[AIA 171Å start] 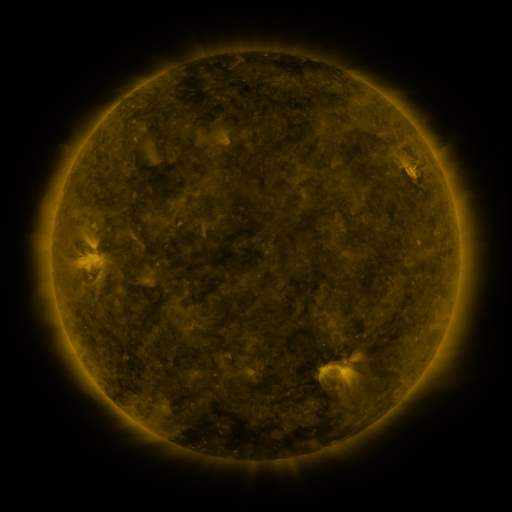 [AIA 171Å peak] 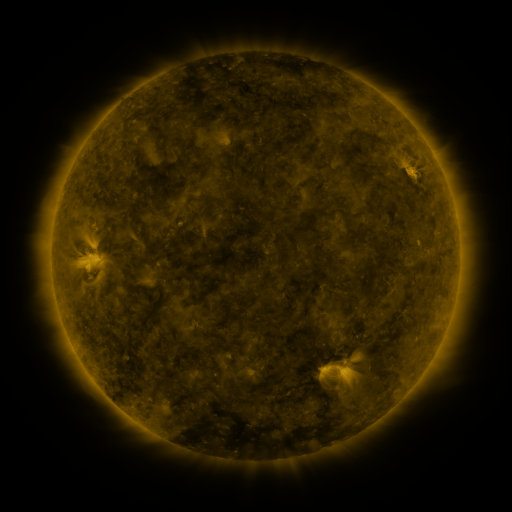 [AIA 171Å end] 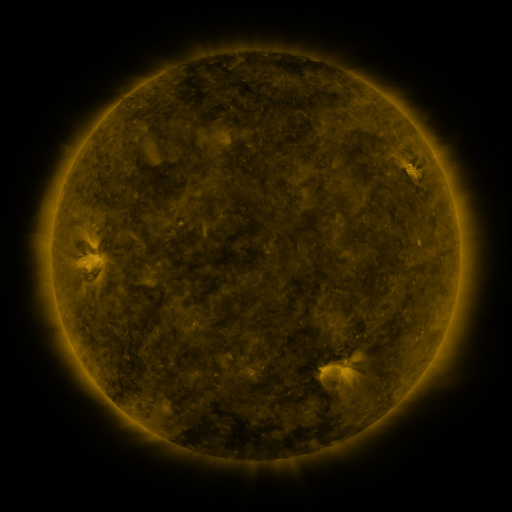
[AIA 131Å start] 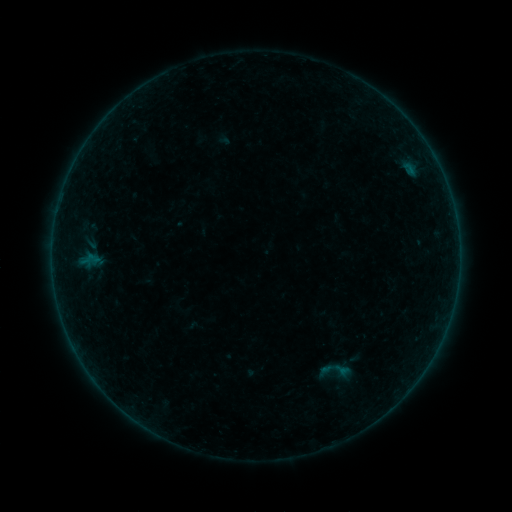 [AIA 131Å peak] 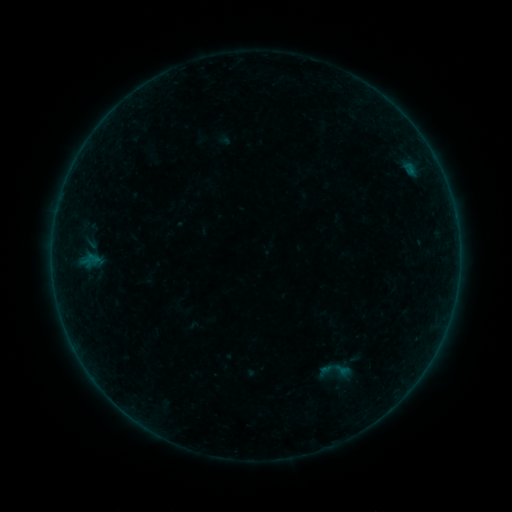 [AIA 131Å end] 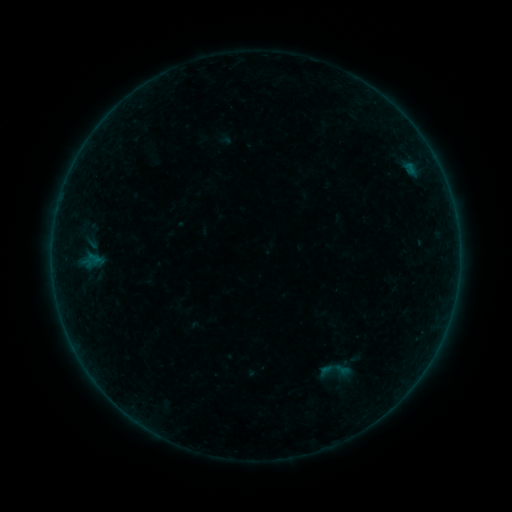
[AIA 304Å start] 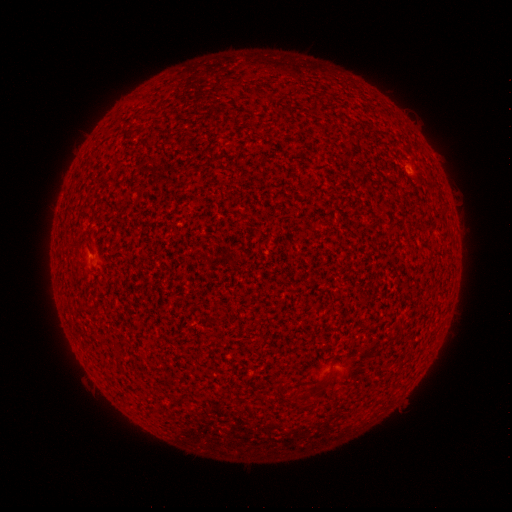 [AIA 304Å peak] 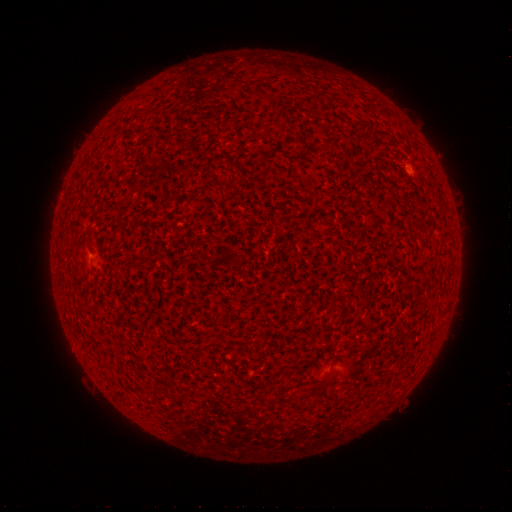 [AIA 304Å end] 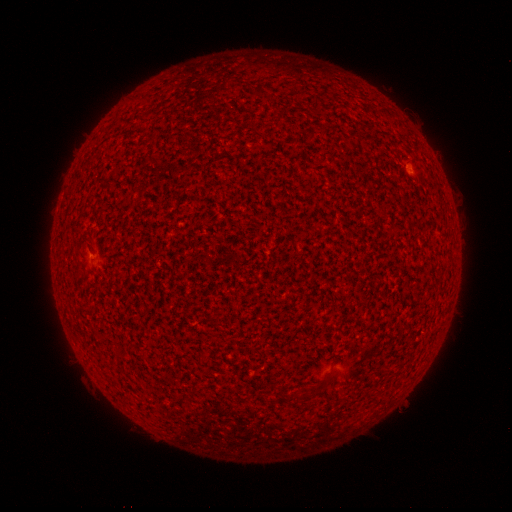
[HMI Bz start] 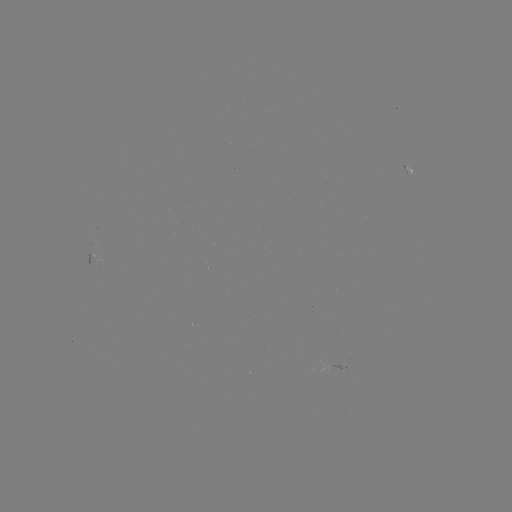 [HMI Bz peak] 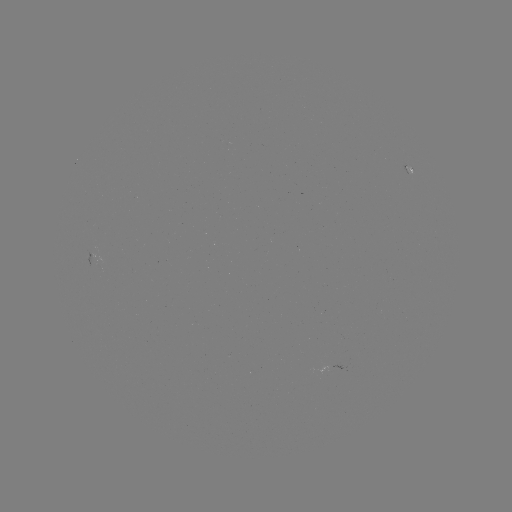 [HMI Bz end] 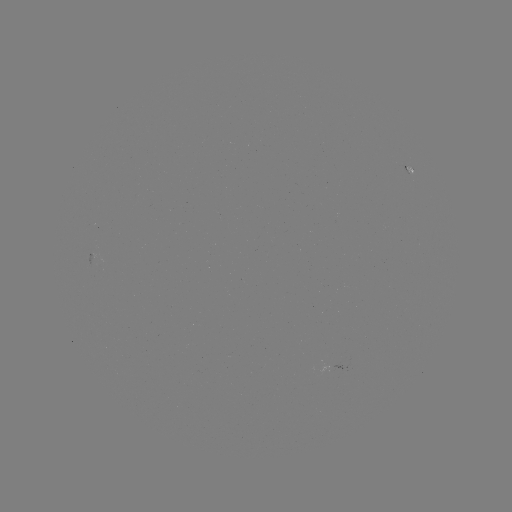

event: flare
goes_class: B1.3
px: (408, 166)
